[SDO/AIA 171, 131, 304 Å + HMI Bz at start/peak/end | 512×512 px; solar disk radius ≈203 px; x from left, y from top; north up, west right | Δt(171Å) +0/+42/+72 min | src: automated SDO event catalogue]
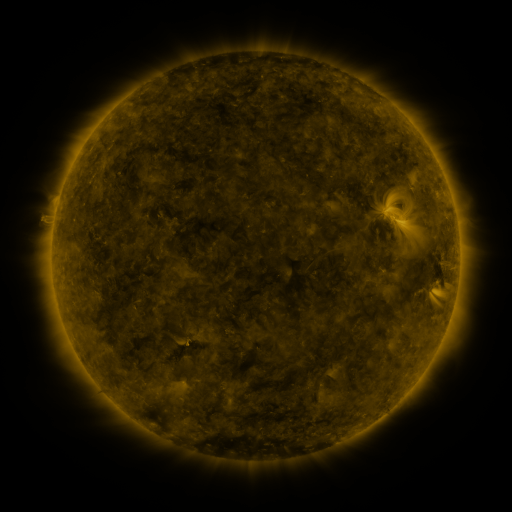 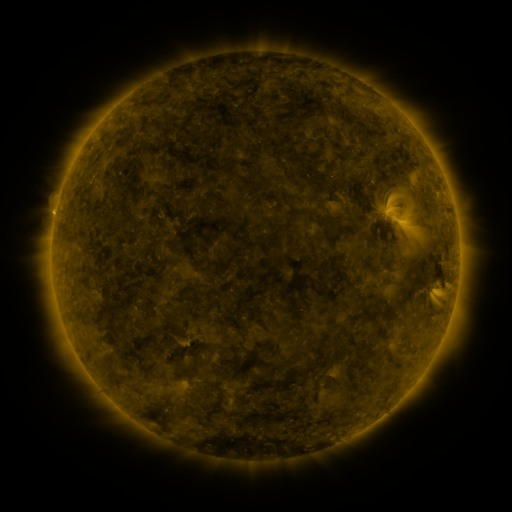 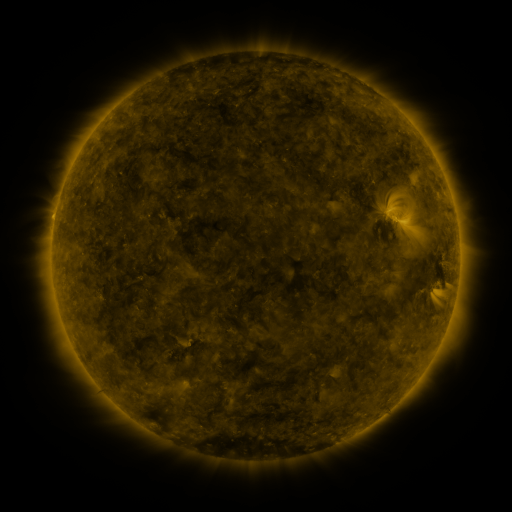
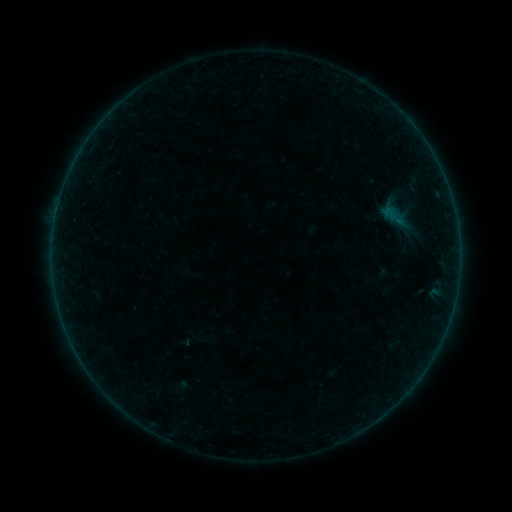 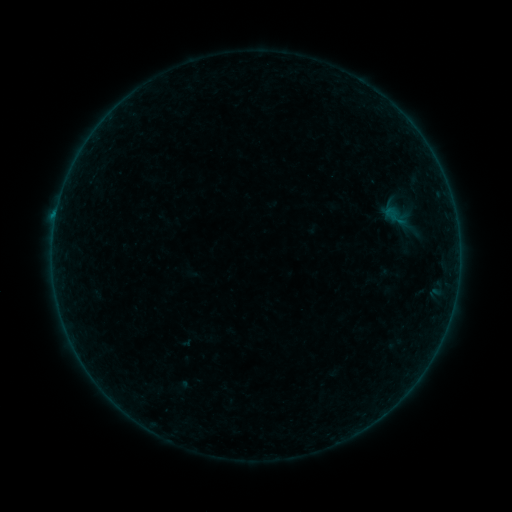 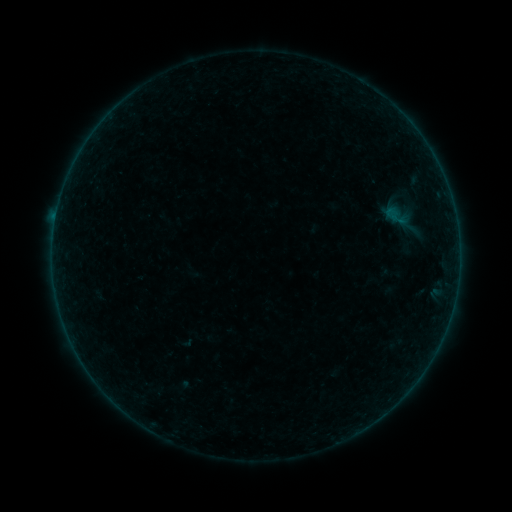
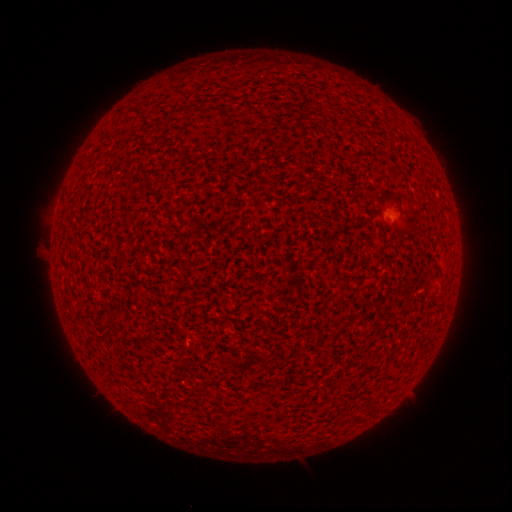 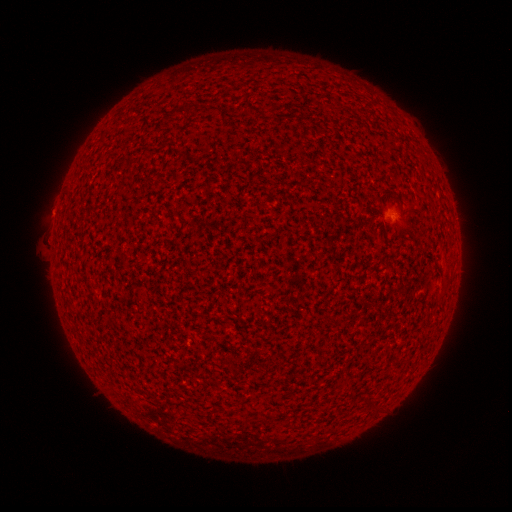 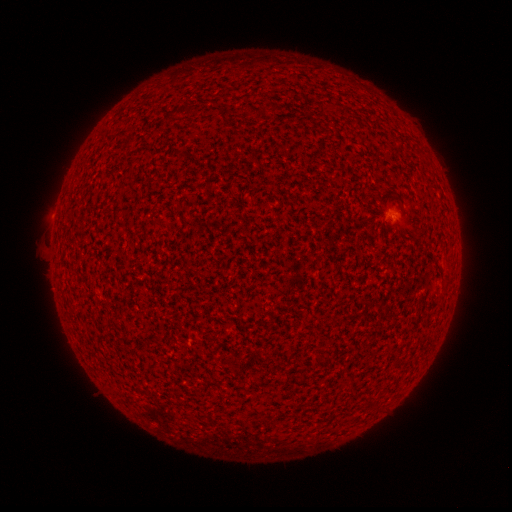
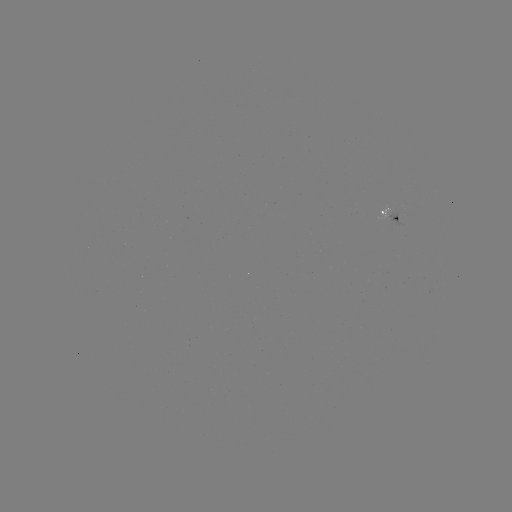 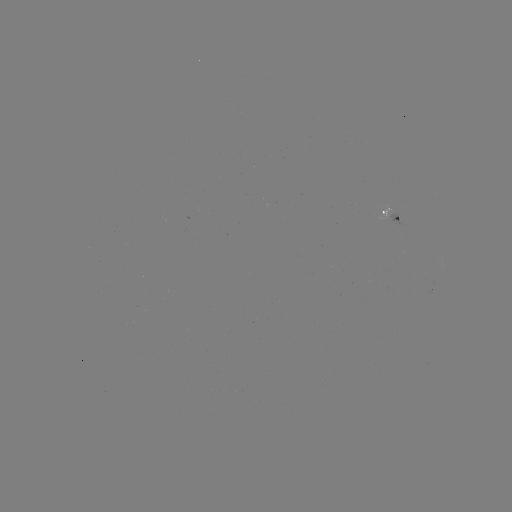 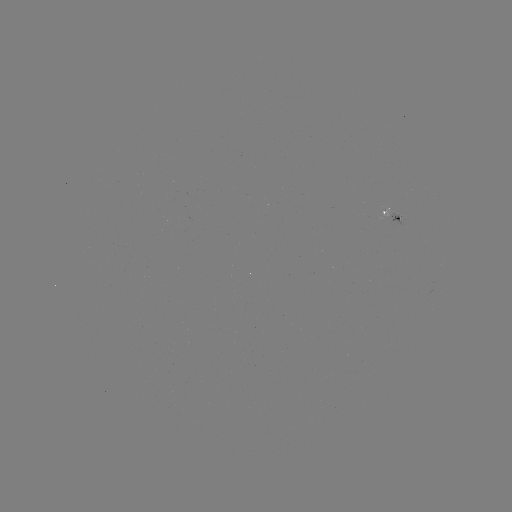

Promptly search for B1.9 flare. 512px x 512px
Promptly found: (55, 220).